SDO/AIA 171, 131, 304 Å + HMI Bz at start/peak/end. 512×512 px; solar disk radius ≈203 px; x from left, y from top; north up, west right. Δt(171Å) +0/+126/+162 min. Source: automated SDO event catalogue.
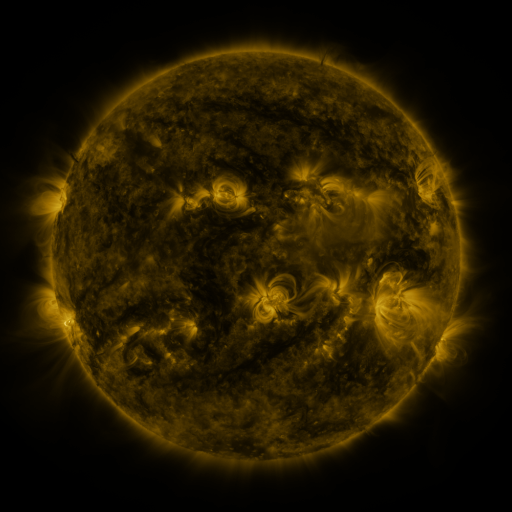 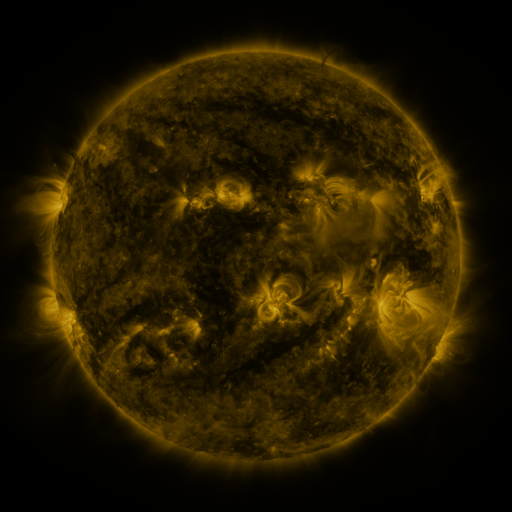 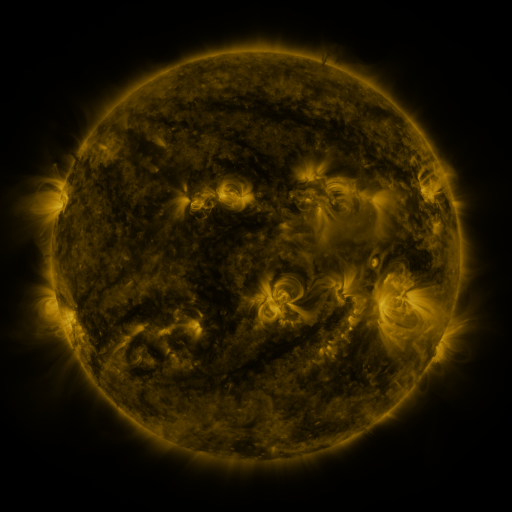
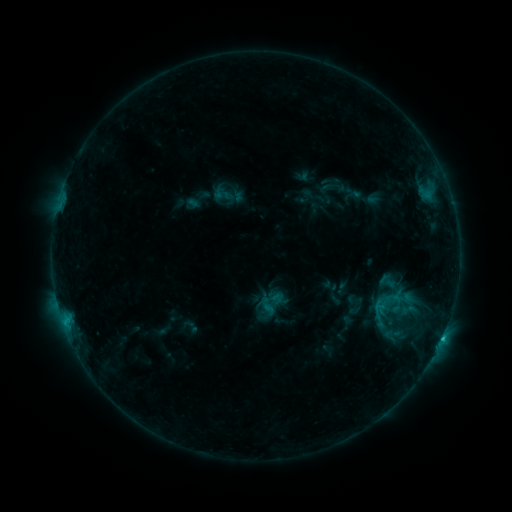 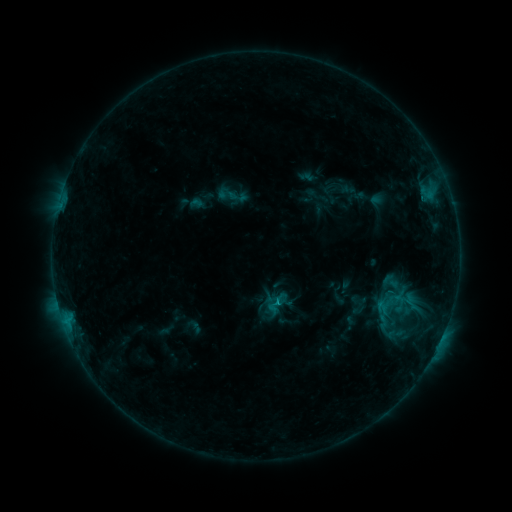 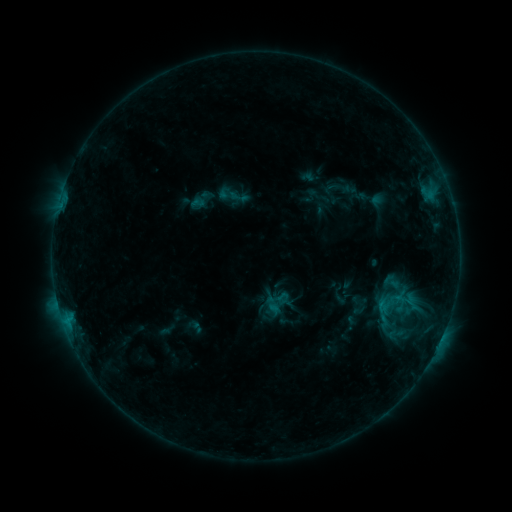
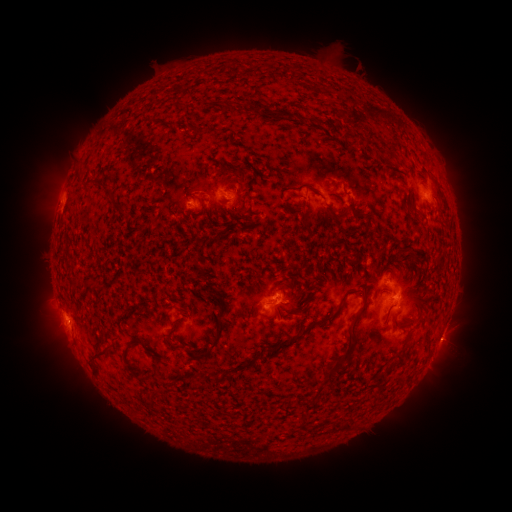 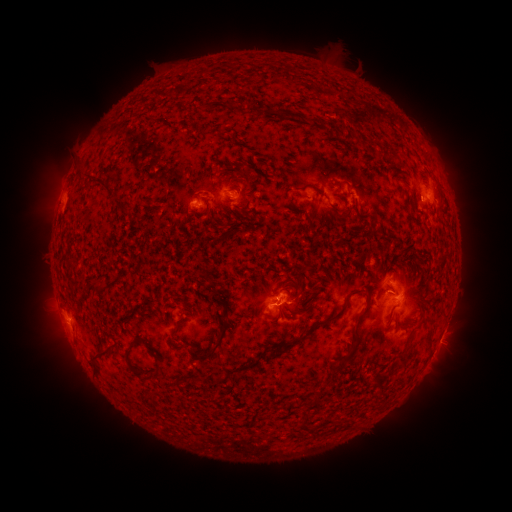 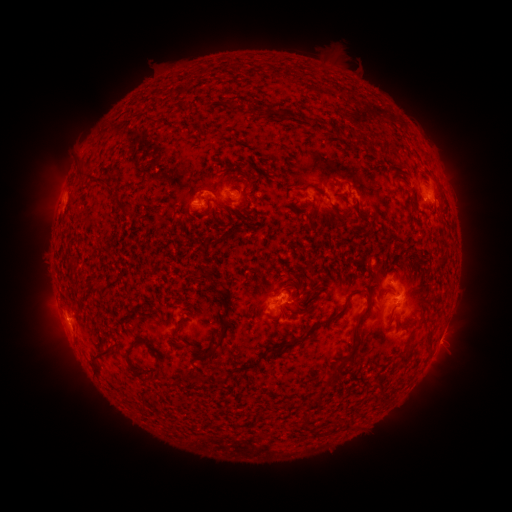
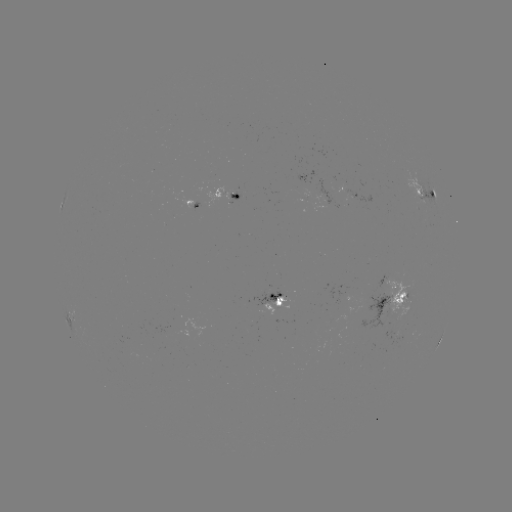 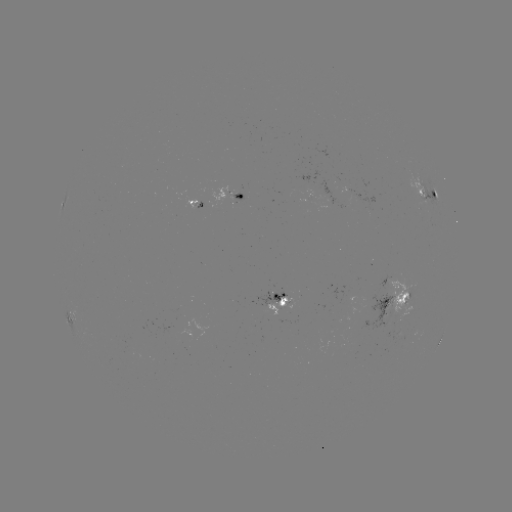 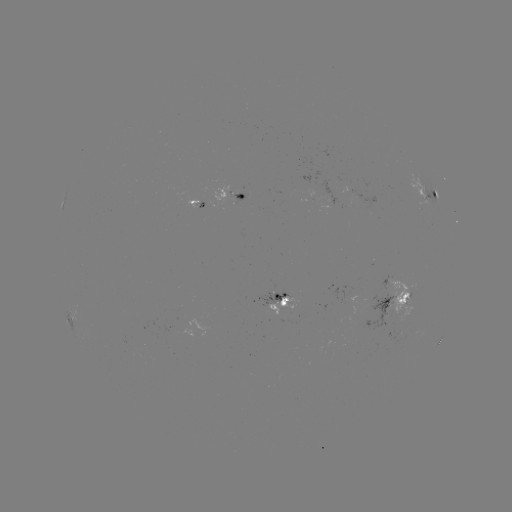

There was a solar emerging-flux region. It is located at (346, 294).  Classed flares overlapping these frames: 2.